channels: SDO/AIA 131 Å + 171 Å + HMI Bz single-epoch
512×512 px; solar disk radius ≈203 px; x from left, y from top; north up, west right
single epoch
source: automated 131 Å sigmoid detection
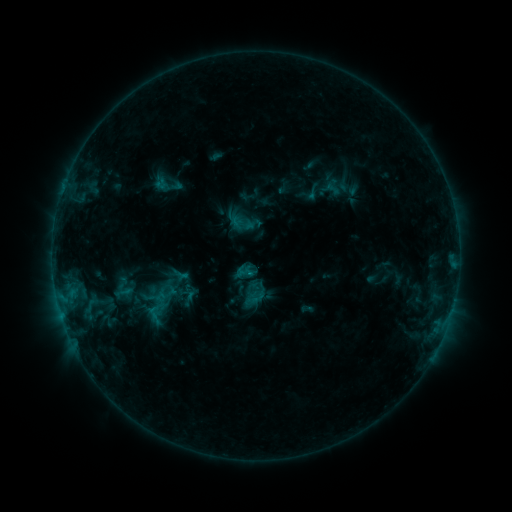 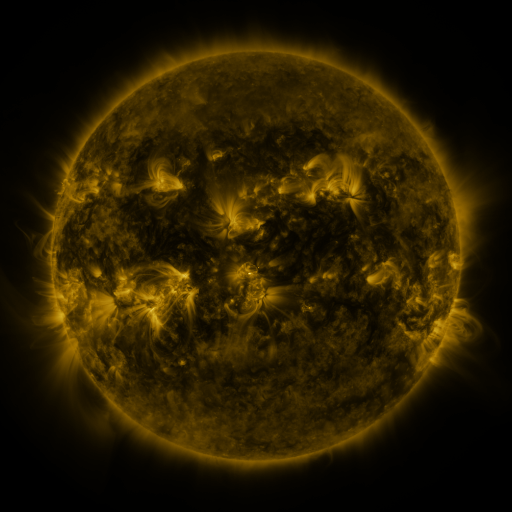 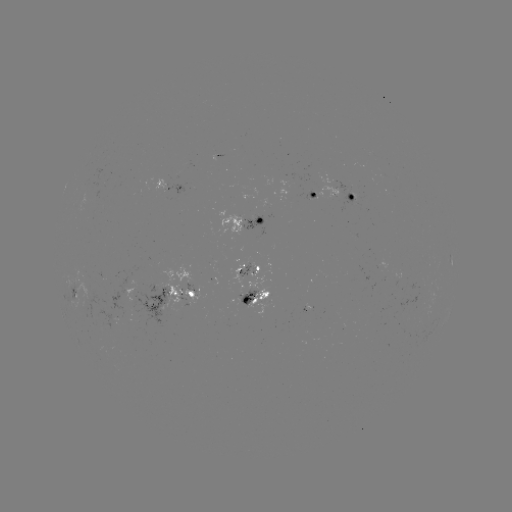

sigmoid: <bbox>234, 262, 254, 281</bbox>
